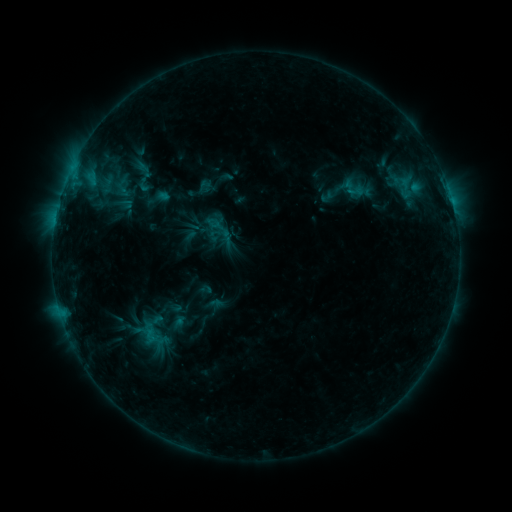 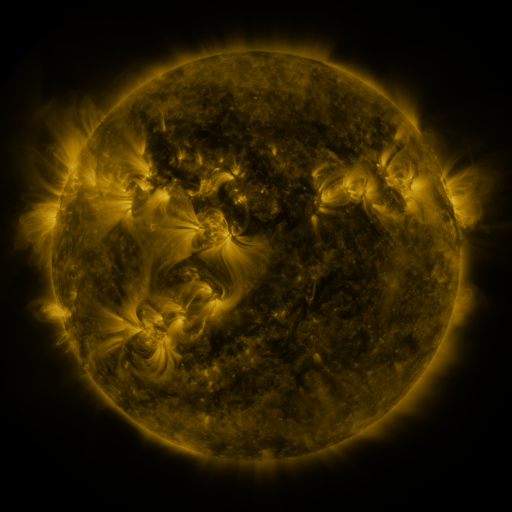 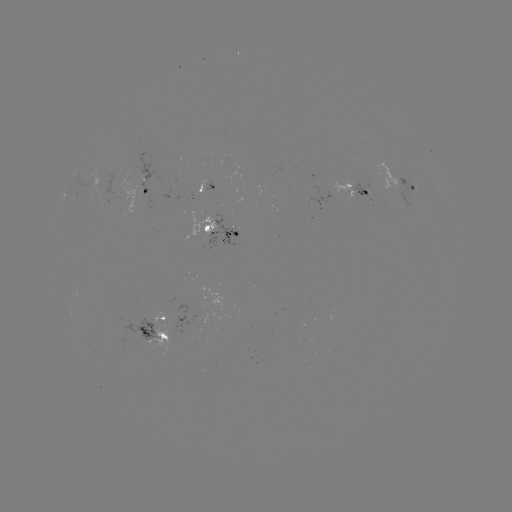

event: sigmoid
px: (143, 181)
